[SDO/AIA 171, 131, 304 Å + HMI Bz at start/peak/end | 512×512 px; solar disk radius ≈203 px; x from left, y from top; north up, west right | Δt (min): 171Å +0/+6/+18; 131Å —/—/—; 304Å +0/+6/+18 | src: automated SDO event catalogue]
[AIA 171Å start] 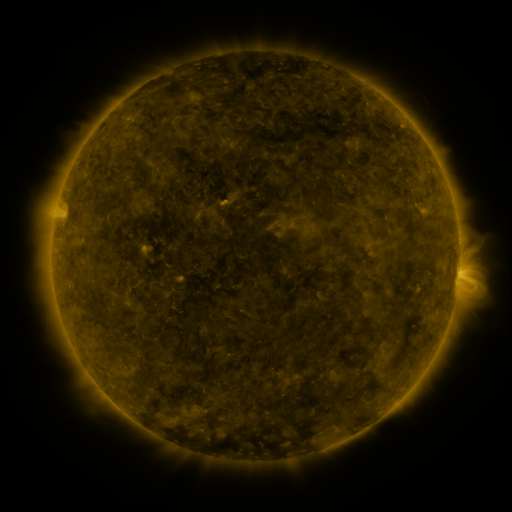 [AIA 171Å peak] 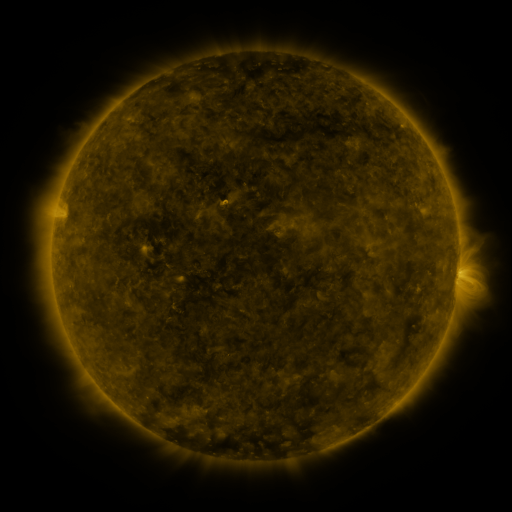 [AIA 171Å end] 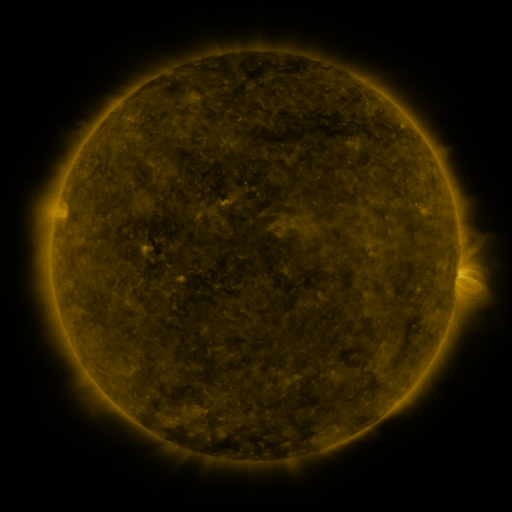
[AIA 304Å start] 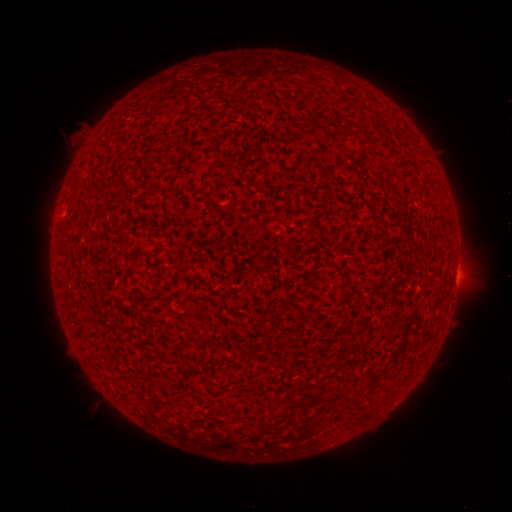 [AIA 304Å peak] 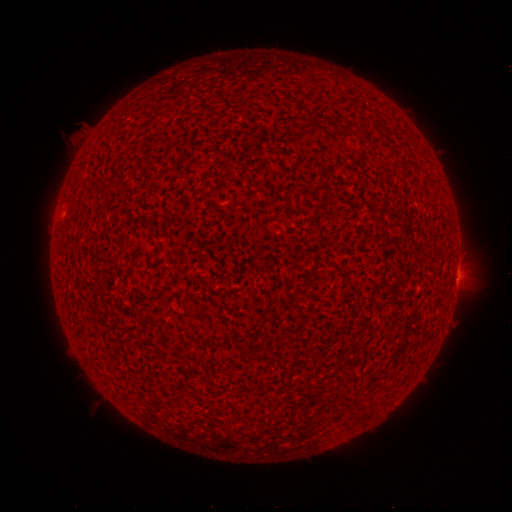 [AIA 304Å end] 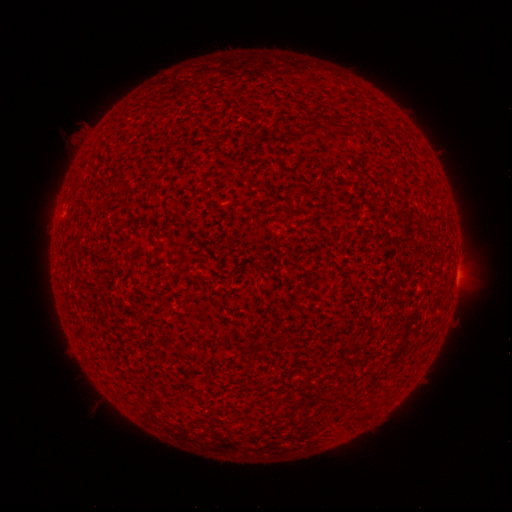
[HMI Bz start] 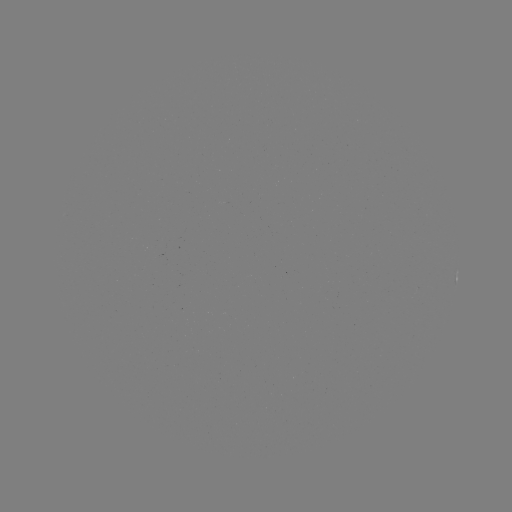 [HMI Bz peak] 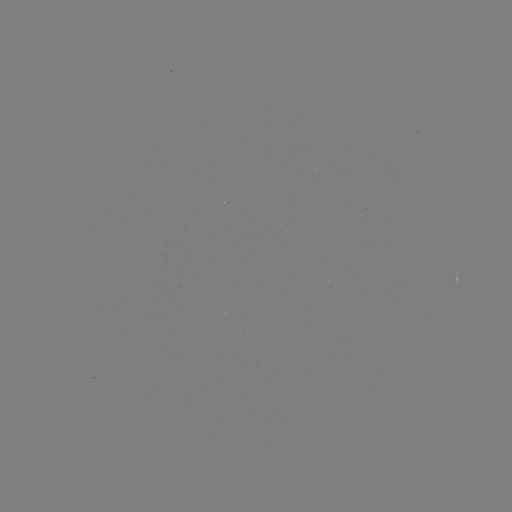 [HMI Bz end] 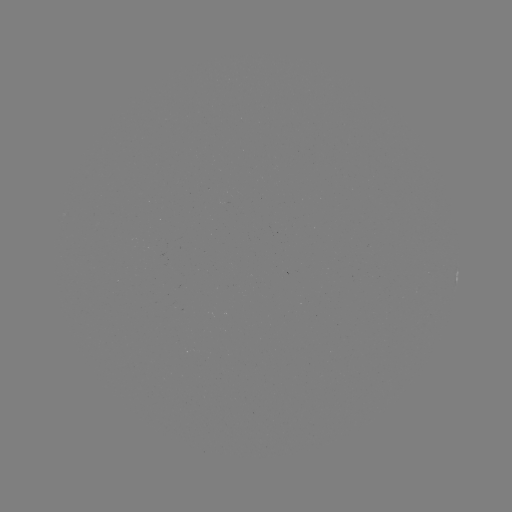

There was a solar flare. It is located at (458, 277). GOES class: A9.5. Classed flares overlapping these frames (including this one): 1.